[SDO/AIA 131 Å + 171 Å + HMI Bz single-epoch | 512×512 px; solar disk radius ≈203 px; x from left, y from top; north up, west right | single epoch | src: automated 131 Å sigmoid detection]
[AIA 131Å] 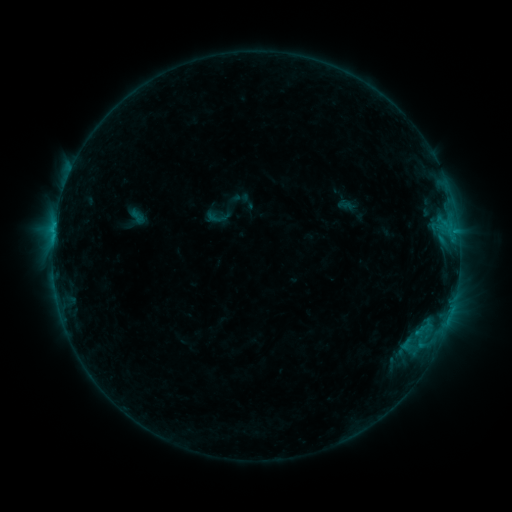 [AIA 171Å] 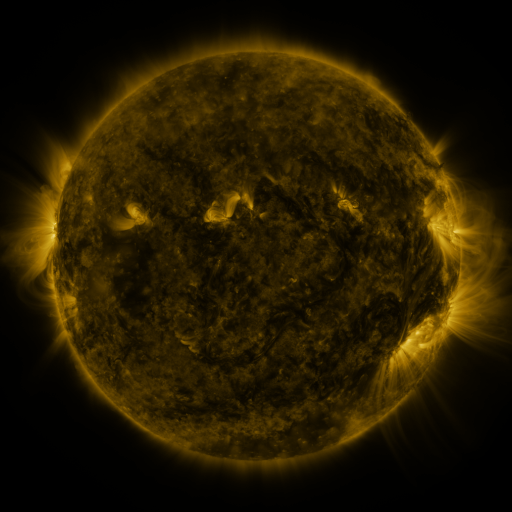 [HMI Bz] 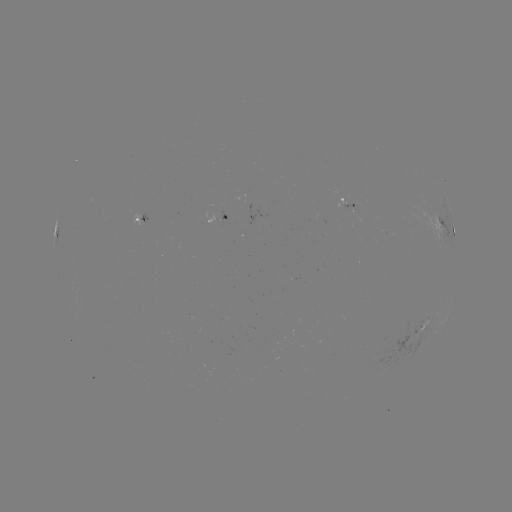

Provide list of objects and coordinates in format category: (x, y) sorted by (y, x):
sigmoid: (216, 218)
